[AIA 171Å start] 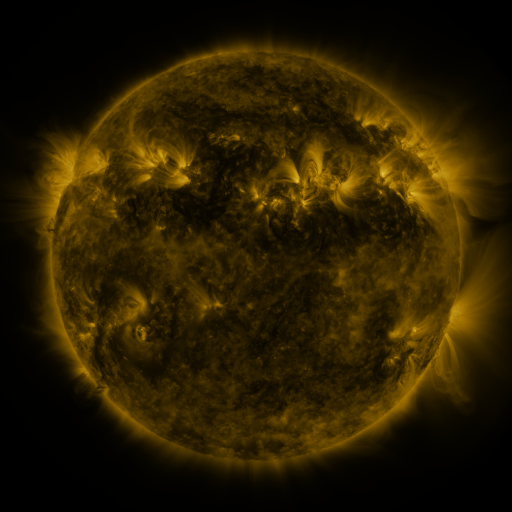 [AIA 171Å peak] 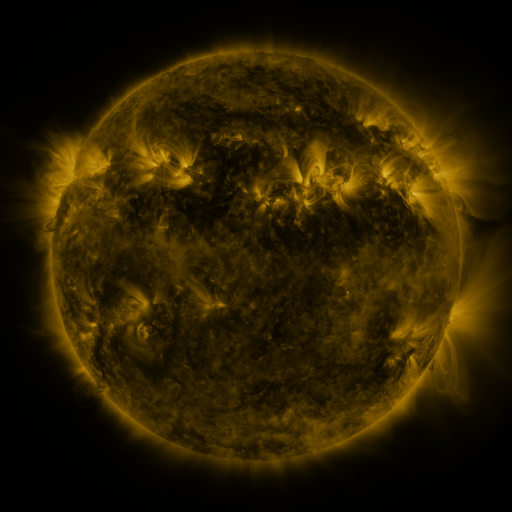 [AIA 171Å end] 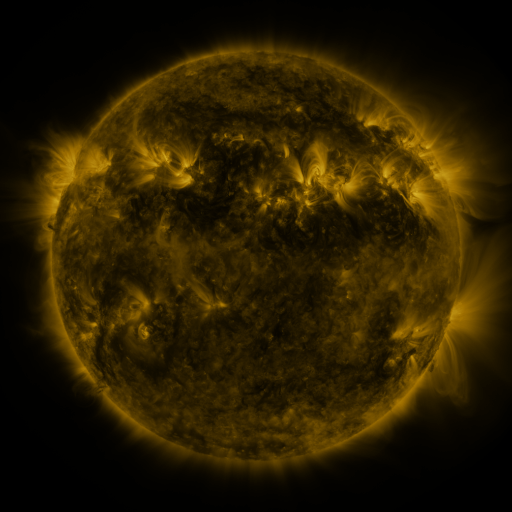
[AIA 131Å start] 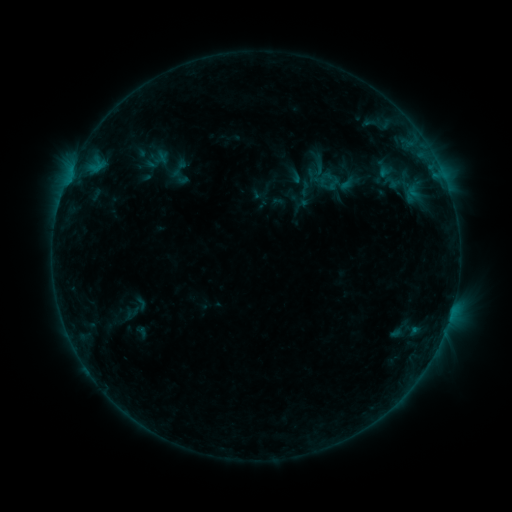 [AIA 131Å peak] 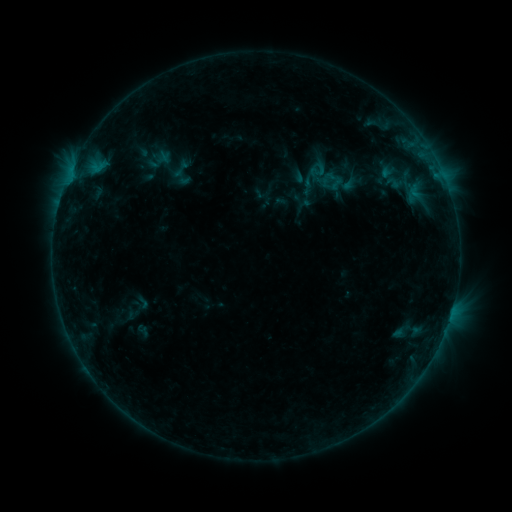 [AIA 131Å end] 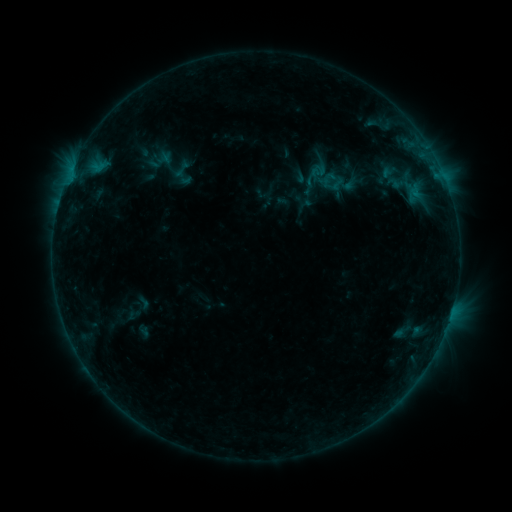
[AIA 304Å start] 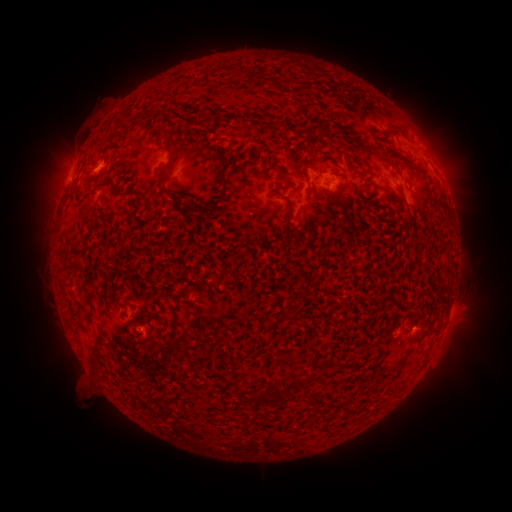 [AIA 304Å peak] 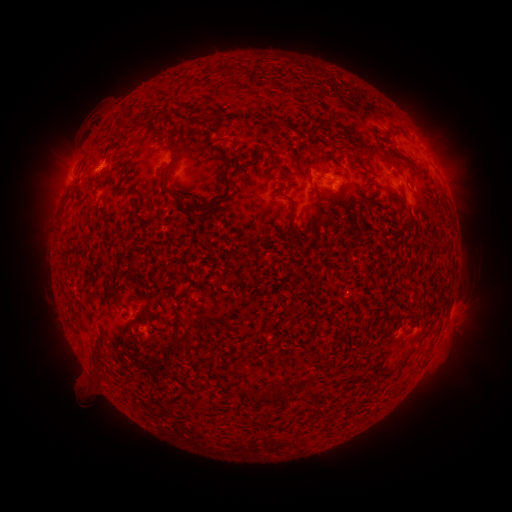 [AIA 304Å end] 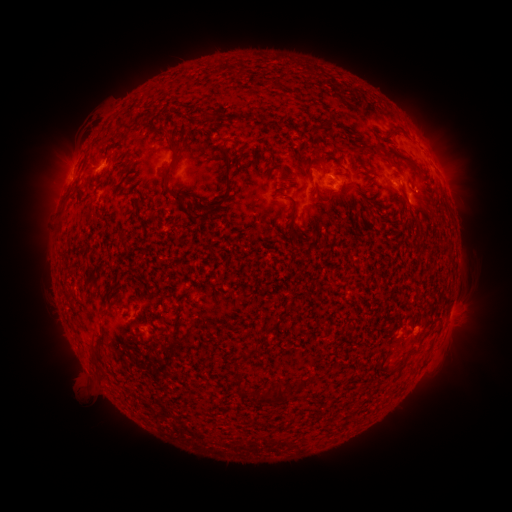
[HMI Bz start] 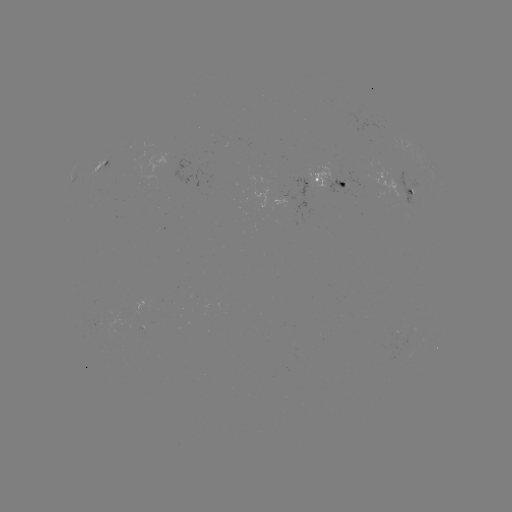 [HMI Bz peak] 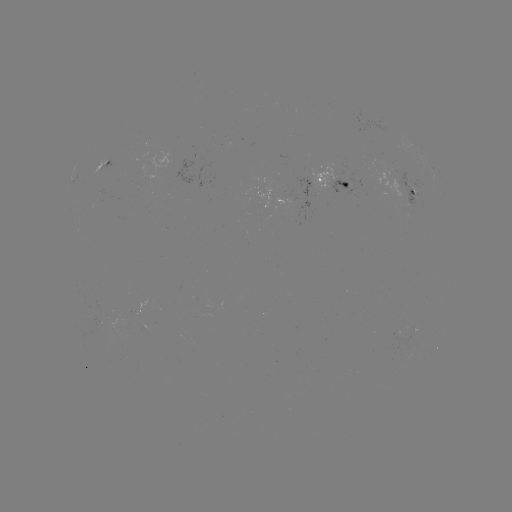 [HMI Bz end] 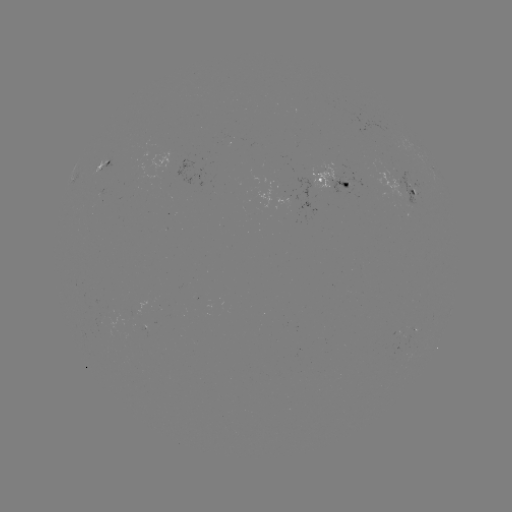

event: emerging-flux region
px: (344, 184)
